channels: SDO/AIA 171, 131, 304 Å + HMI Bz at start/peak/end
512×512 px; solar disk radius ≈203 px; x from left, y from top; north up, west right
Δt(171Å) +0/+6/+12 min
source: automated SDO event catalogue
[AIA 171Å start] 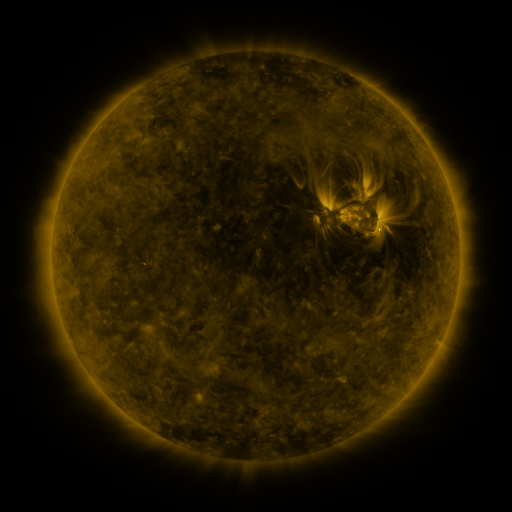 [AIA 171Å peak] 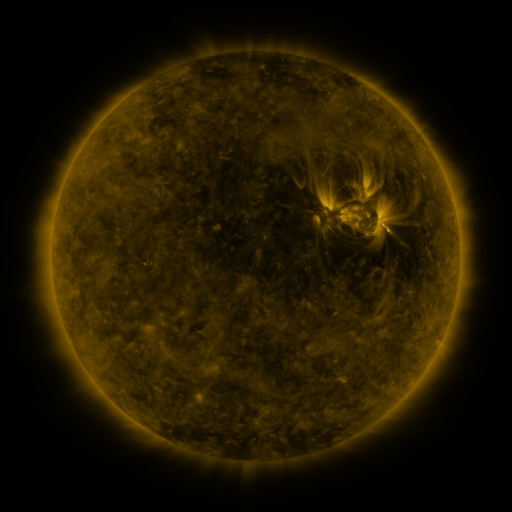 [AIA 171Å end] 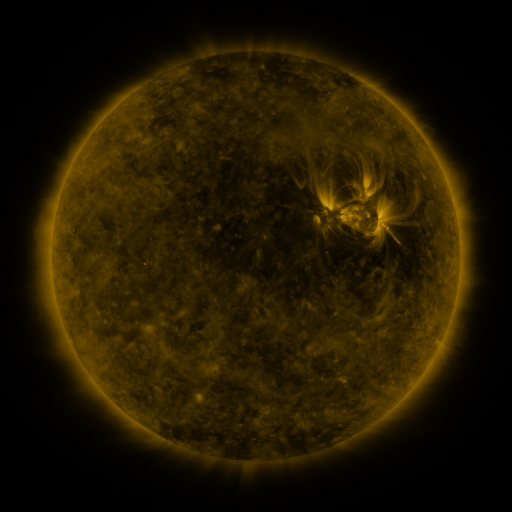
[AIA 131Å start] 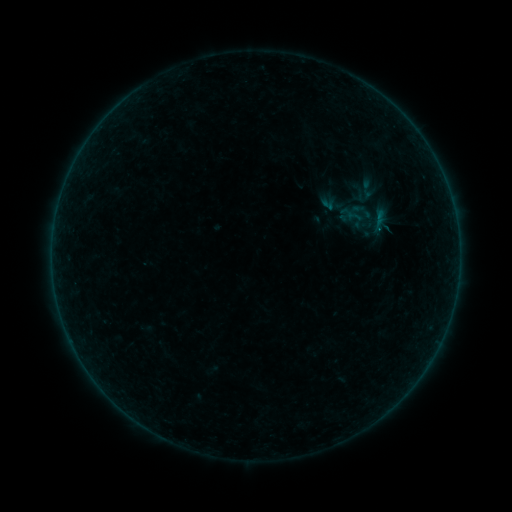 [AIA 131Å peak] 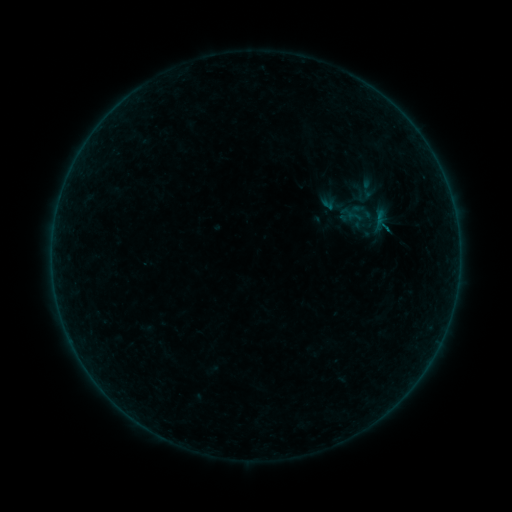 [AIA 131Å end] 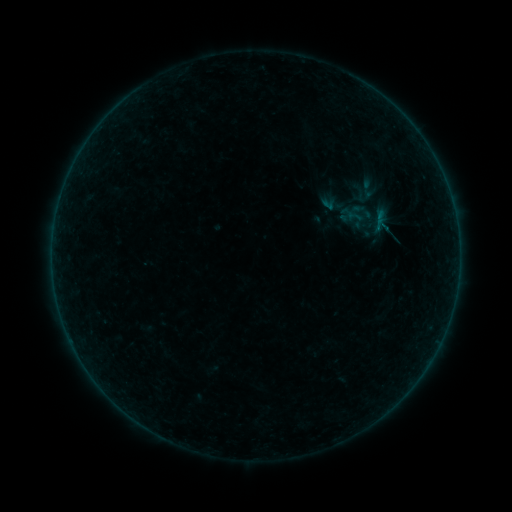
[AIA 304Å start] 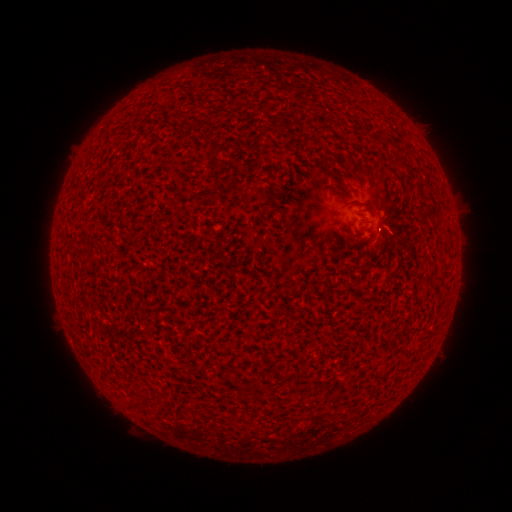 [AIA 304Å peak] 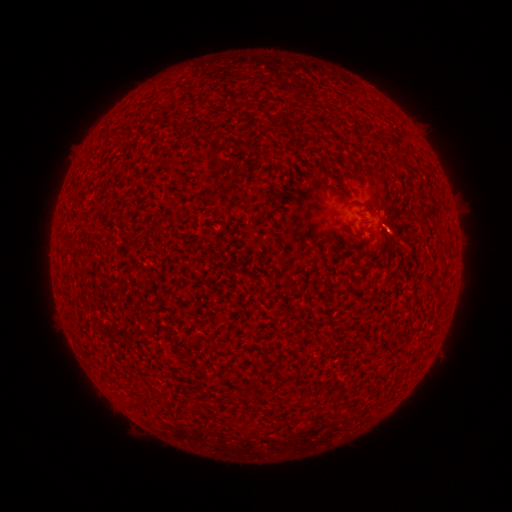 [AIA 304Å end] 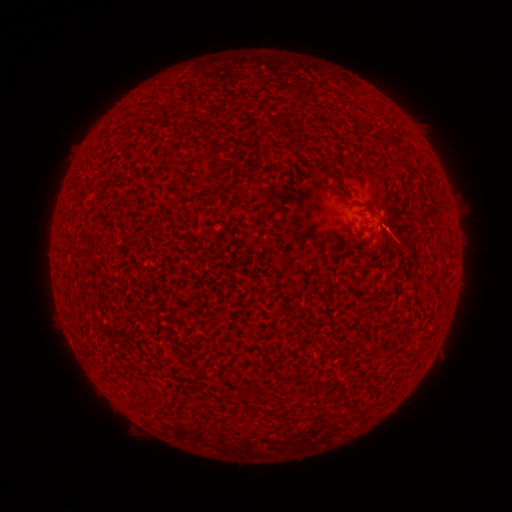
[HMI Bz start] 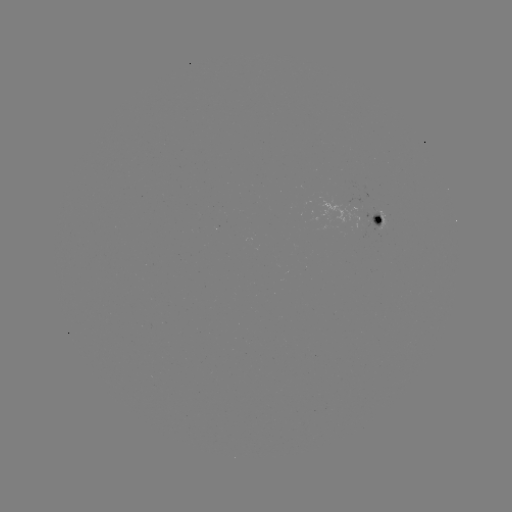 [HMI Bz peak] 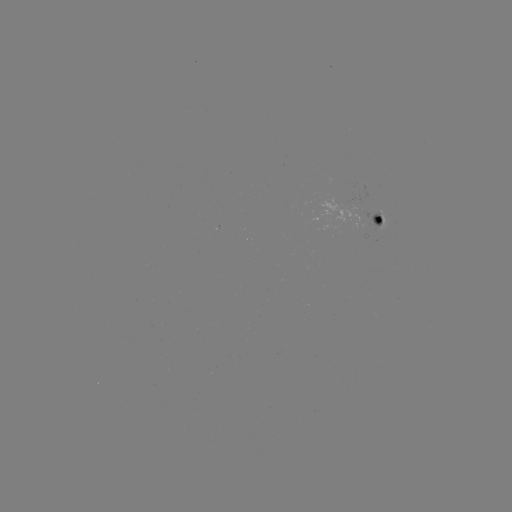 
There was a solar eruption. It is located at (399, 239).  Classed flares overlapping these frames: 1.